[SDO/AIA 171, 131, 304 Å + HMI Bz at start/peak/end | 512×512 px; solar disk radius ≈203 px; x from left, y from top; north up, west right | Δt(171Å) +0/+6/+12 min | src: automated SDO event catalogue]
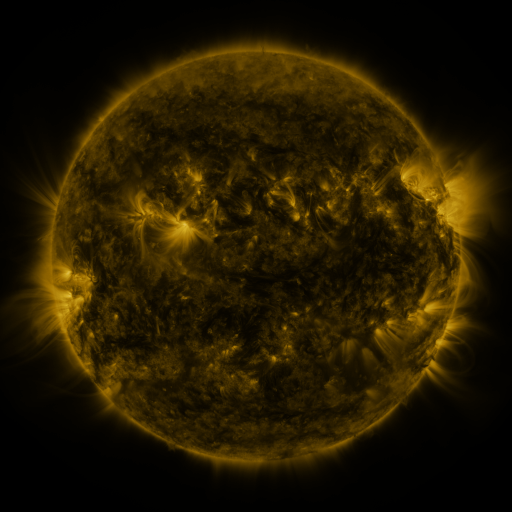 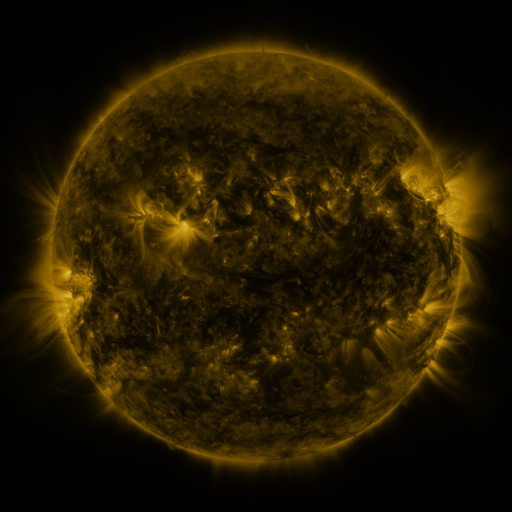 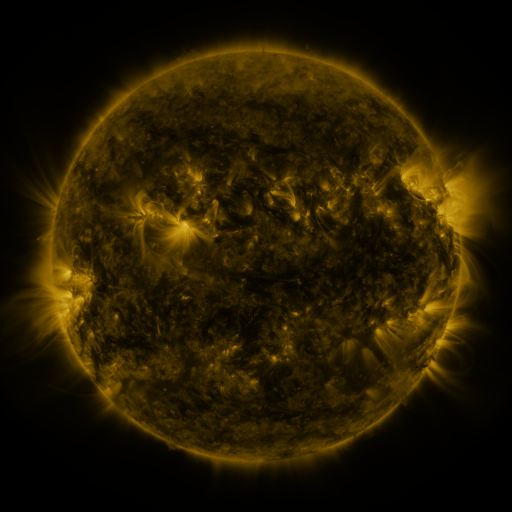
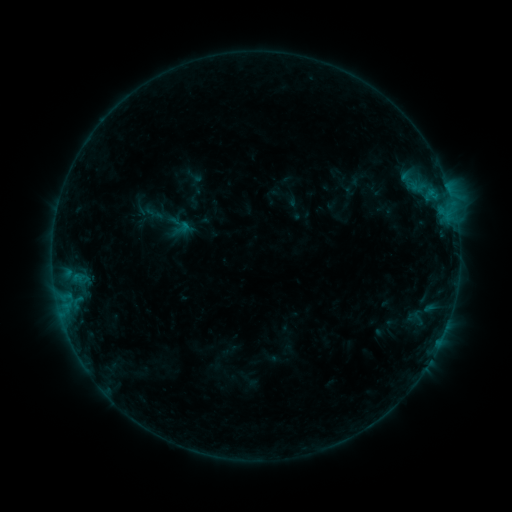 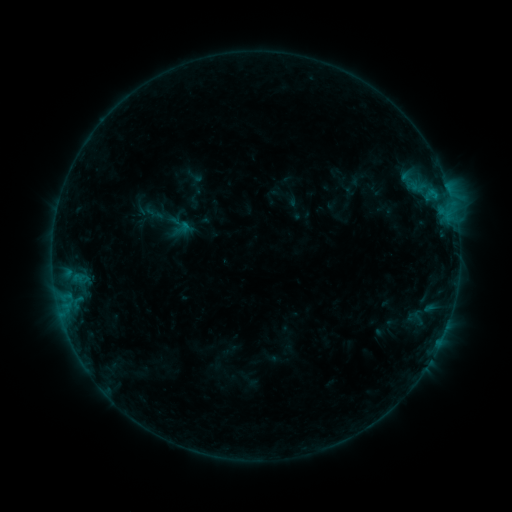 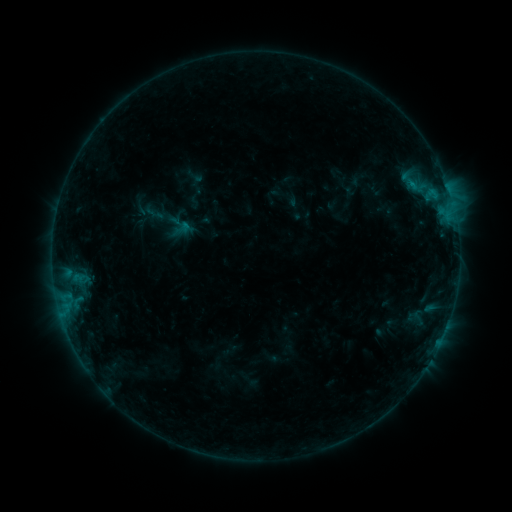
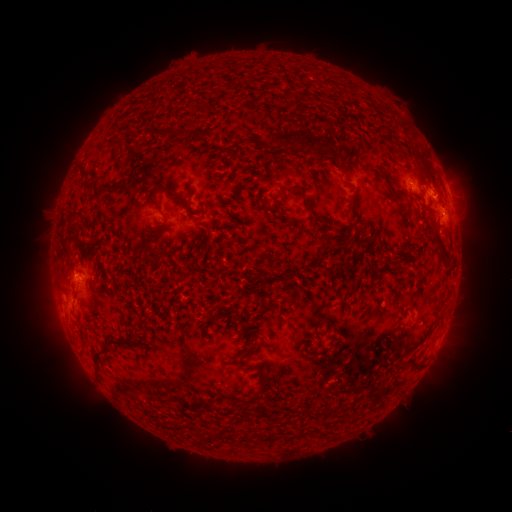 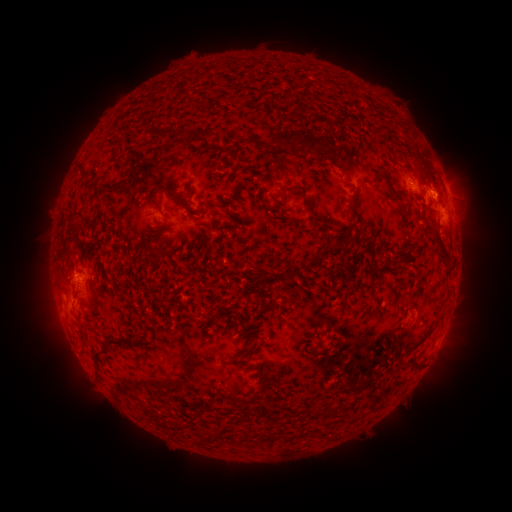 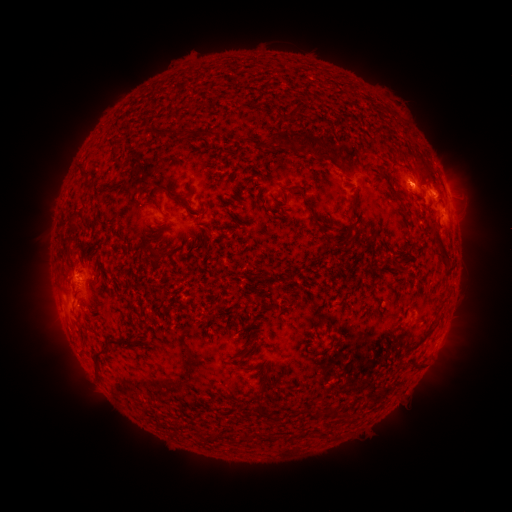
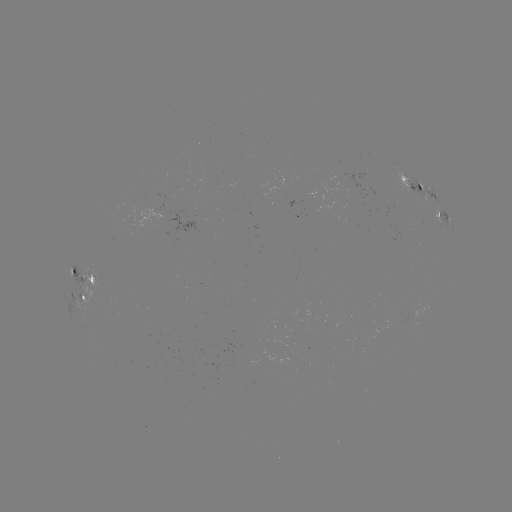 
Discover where B5.3 flare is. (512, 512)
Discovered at [435, 194].